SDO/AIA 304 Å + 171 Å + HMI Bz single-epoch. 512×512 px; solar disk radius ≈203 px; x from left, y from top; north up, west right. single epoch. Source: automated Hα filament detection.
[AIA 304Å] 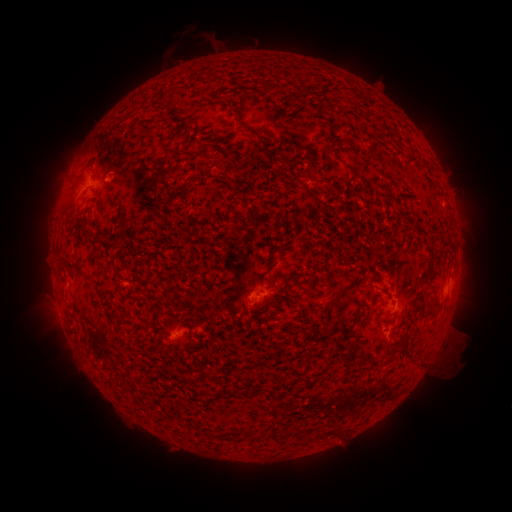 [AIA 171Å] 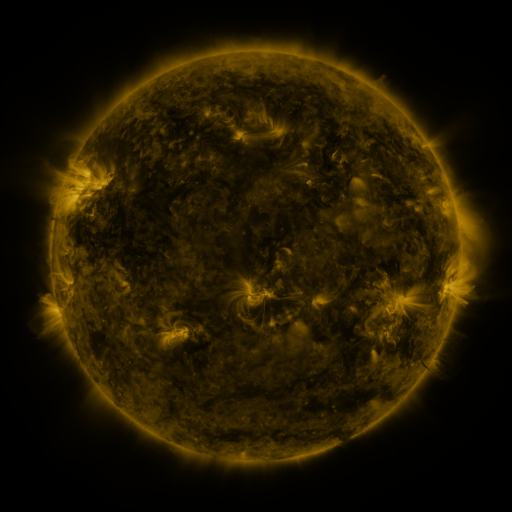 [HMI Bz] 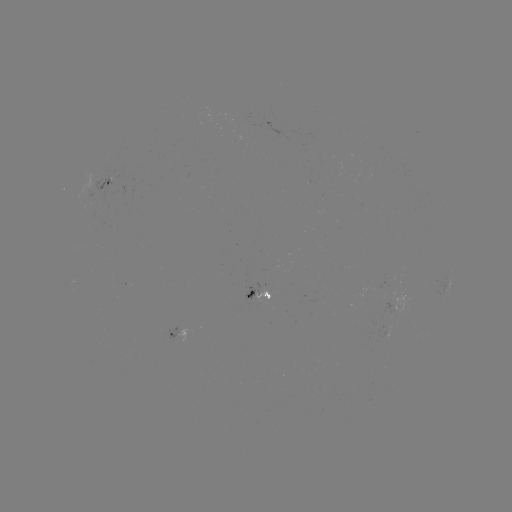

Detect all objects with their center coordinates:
filament: (164, 117)
filament: (237, 119)
filament: (290, 180)
filament: (310, 195)
filament: (121, 226)
filament: (85, 229)
filament: (97, 243)
filament: (341, 292)
filament: (181, 401)
